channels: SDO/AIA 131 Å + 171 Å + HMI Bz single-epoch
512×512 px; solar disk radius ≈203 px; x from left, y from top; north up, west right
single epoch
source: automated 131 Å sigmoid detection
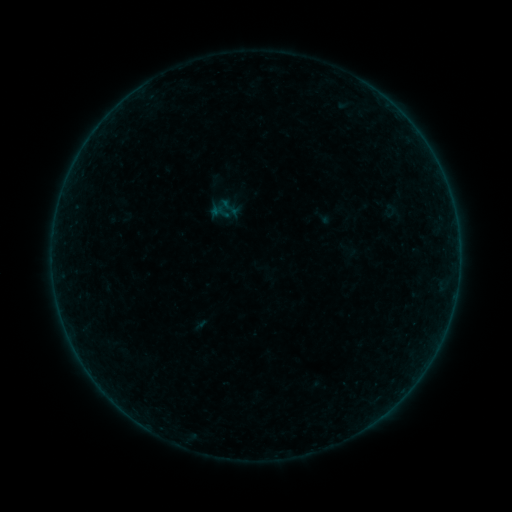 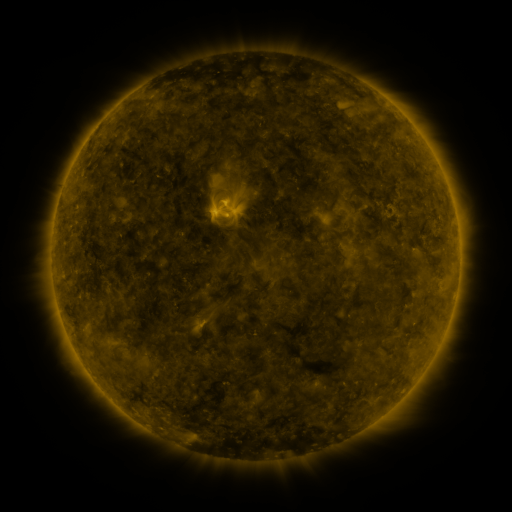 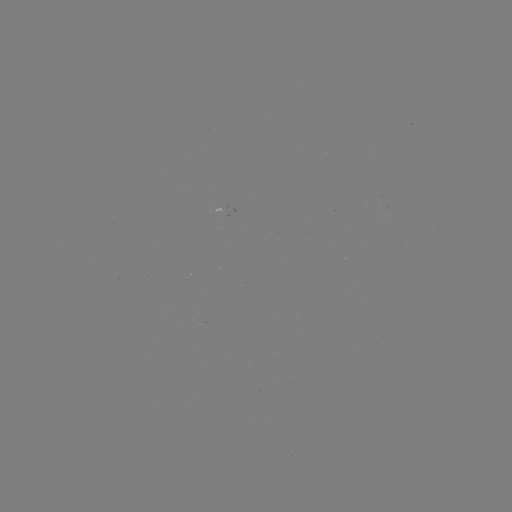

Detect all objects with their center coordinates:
sigmoid: <bbox>219, 197, 242, 219</bbox>
